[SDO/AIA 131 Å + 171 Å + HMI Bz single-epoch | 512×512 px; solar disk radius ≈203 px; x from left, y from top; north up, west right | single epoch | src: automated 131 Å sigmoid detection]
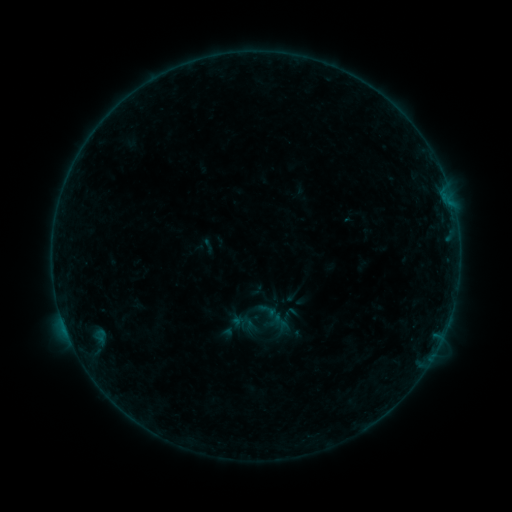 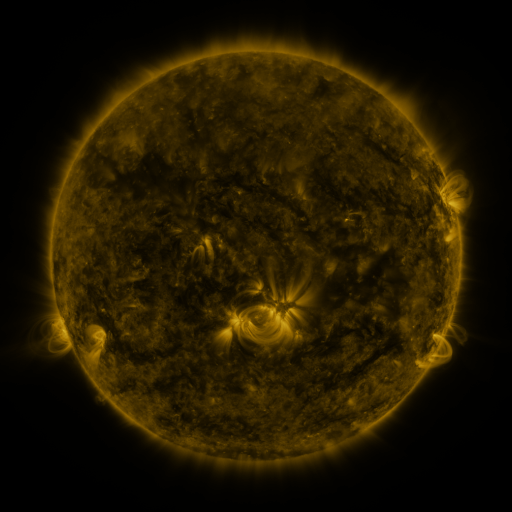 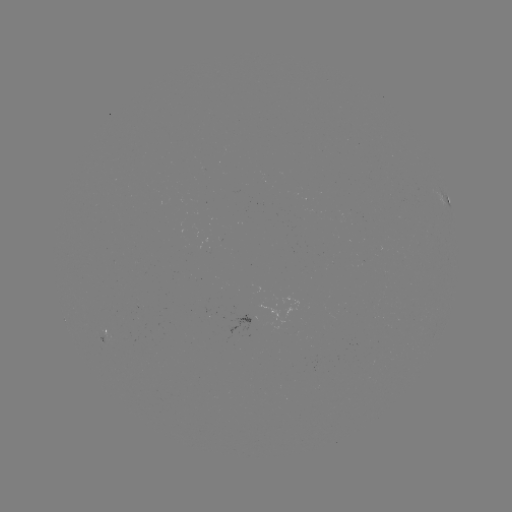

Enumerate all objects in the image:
sigmoid: (259, 301, 278, 320)
sigmoid: (238, 315, 259, 335)
